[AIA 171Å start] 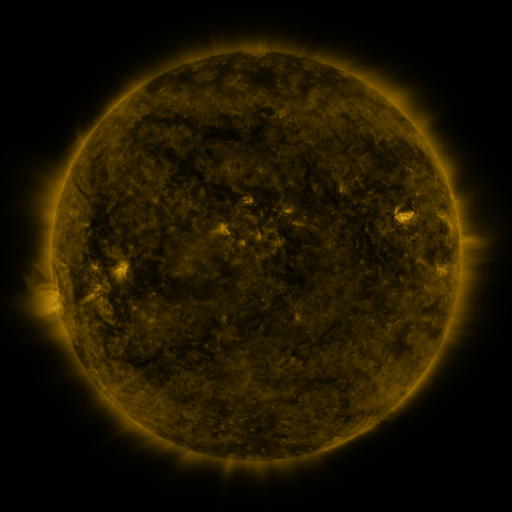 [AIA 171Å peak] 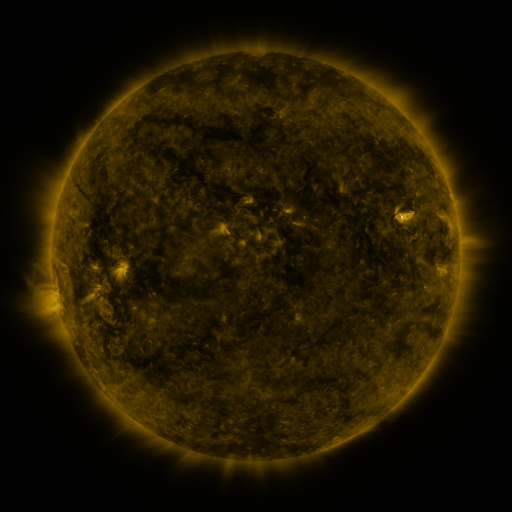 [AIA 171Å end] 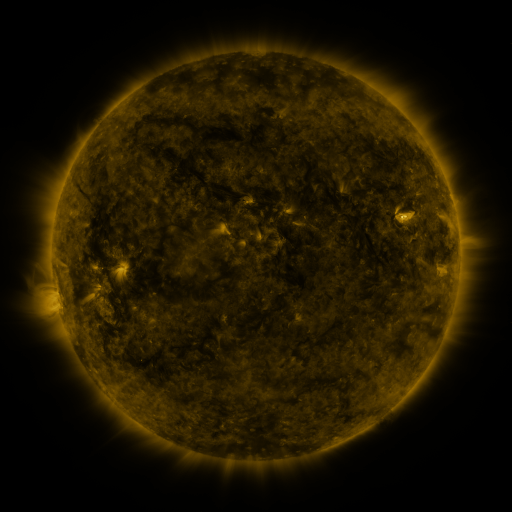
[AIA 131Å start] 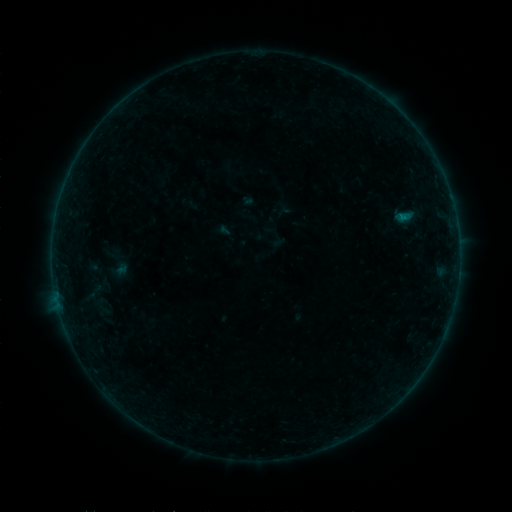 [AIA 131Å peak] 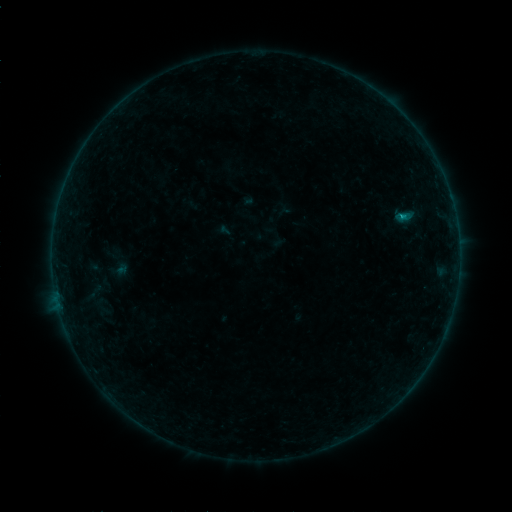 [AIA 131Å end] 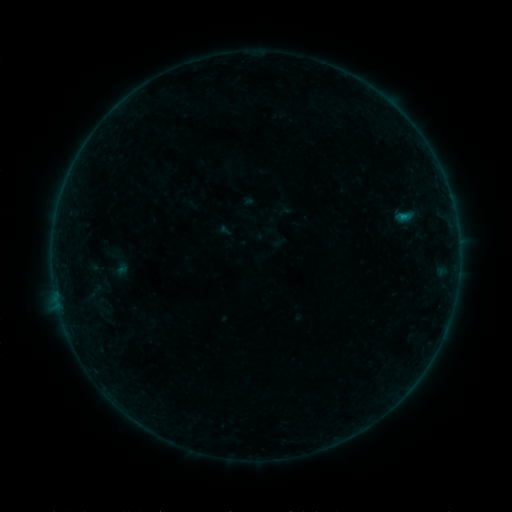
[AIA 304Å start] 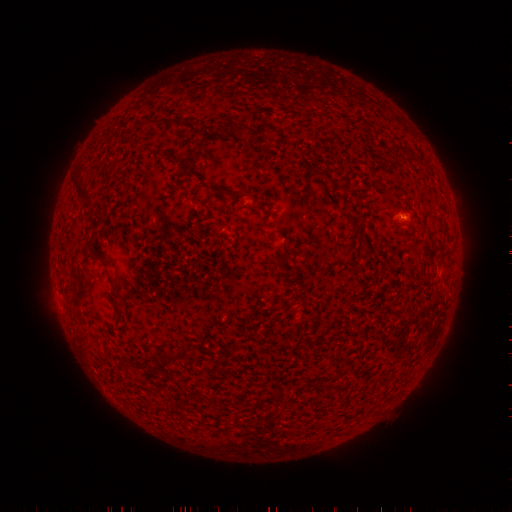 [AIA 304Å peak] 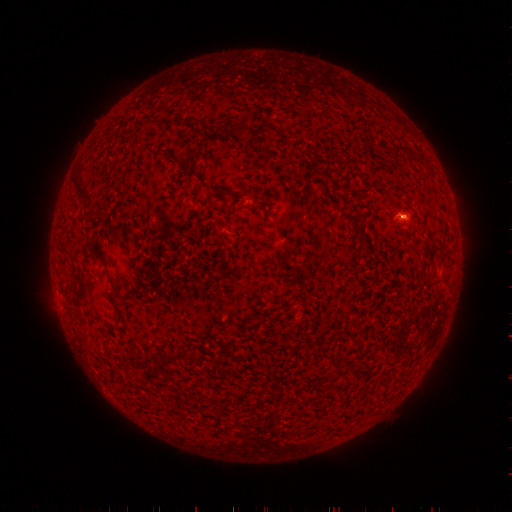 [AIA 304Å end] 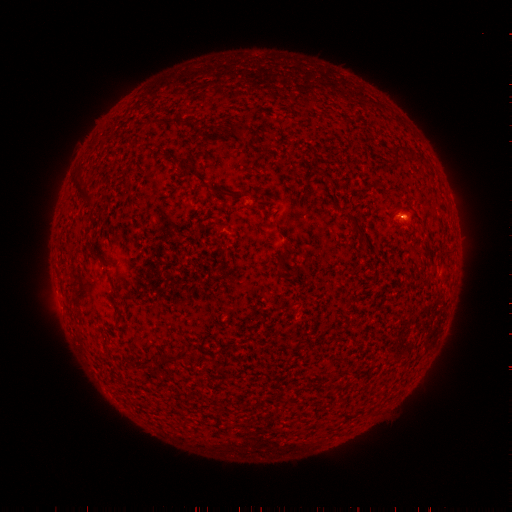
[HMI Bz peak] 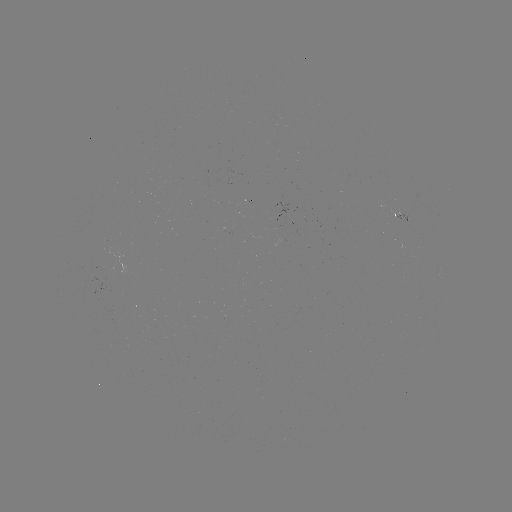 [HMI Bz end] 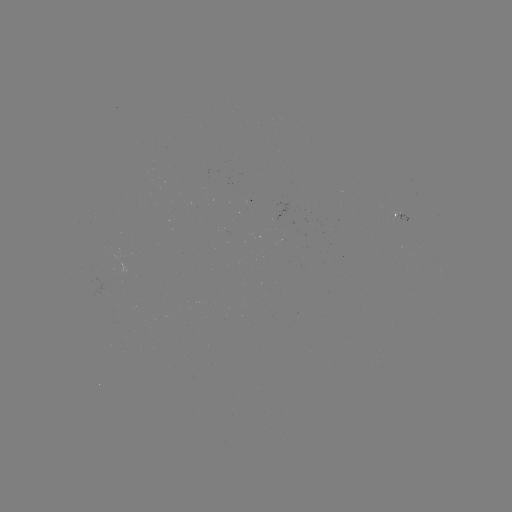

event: flare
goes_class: B3.3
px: (400, 218)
